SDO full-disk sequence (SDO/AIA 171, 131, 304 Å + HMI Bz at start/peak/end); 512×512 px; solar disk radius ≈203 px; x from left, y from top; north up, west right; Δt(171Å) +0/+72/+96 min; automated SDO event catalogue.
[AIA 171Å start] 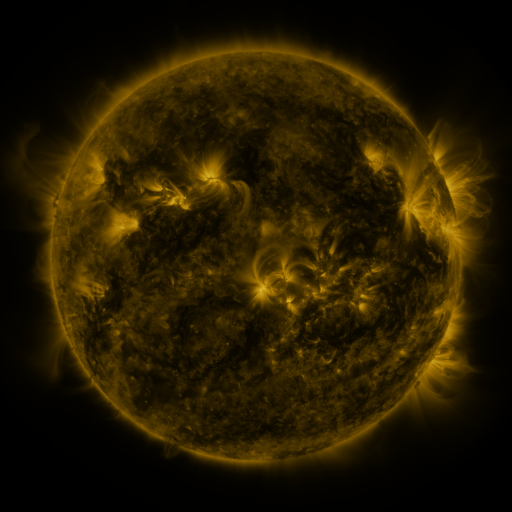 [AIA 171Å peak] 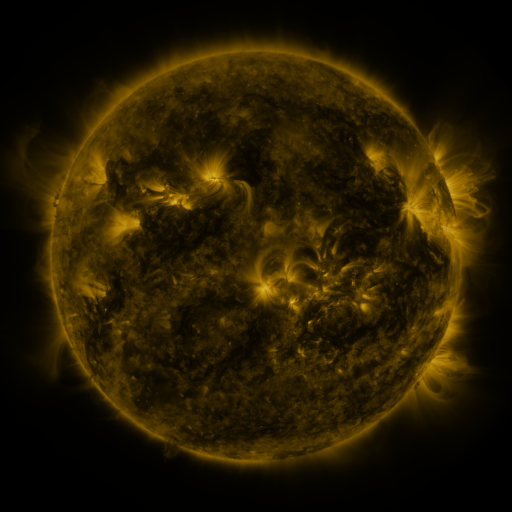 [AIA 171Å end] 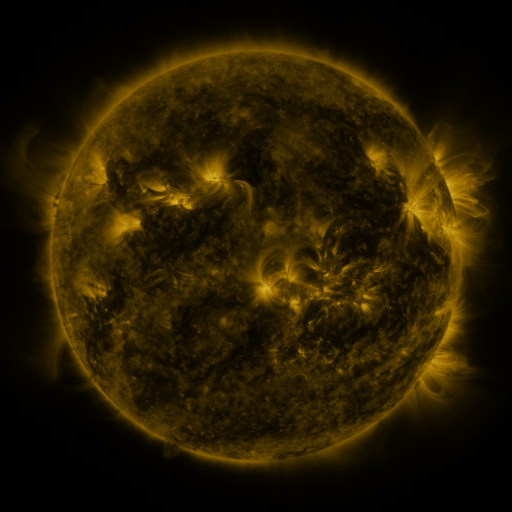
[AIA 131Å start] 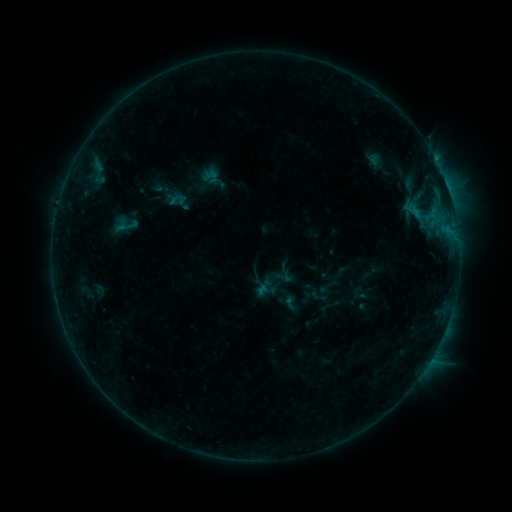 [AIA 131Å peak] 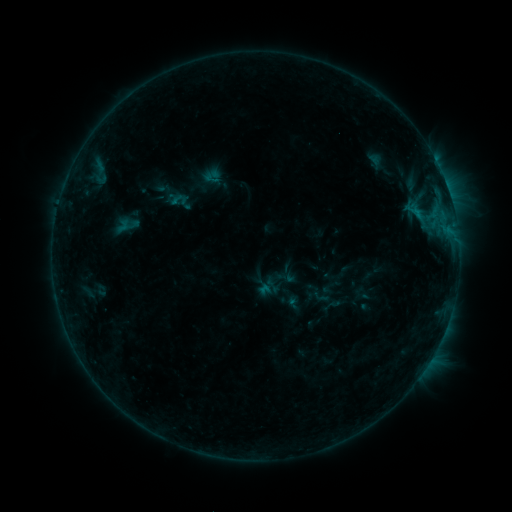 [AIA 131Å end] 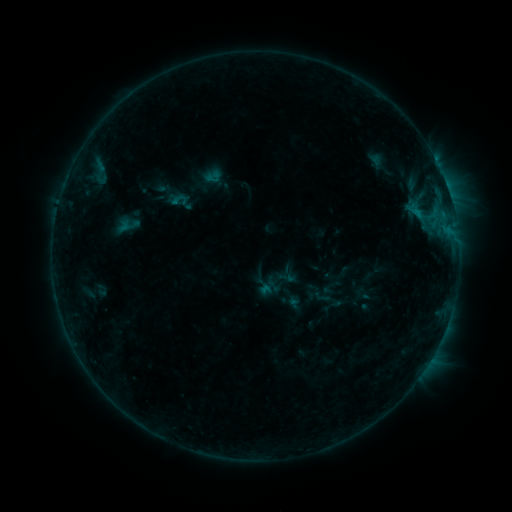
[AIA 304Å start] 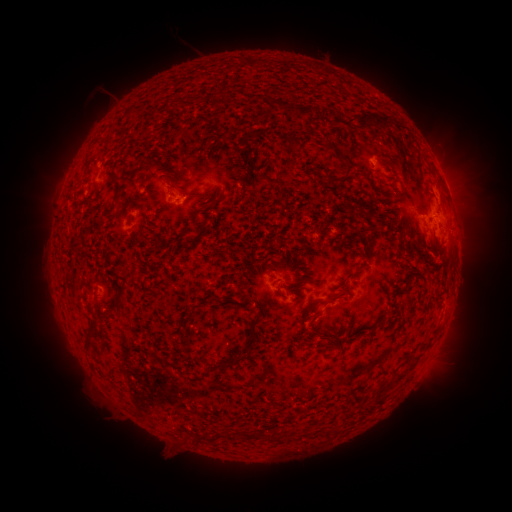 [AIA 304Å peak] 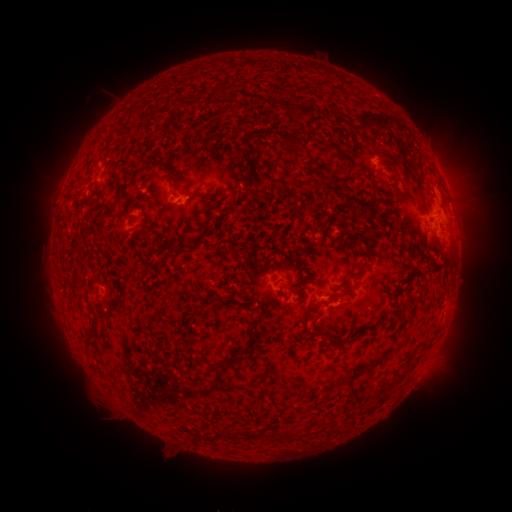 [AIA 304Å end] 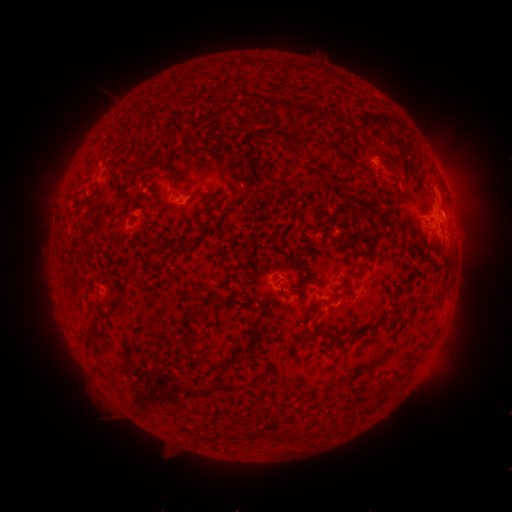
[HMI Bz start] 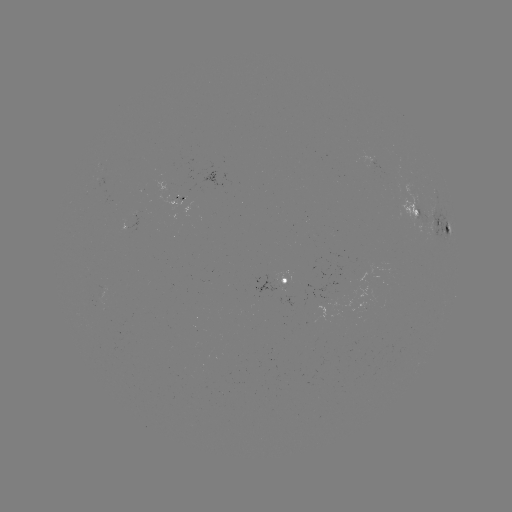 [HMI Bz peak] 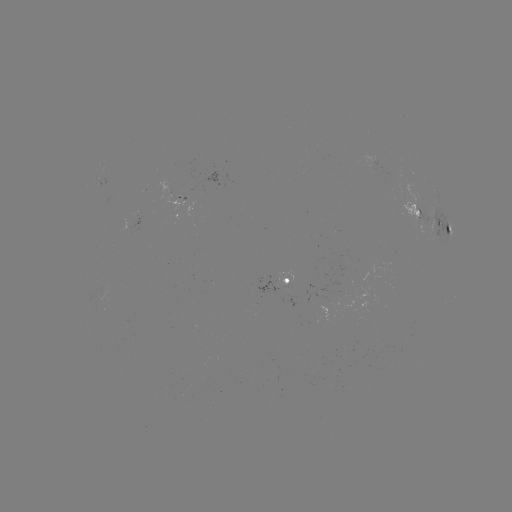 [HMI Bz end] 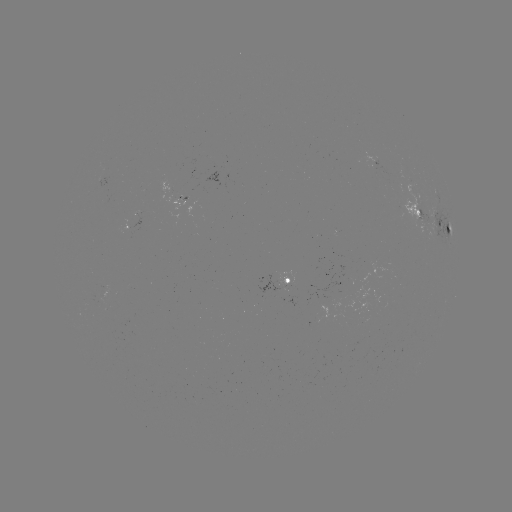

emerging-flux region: <bbox>257, 277, 287, 294</bbox>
